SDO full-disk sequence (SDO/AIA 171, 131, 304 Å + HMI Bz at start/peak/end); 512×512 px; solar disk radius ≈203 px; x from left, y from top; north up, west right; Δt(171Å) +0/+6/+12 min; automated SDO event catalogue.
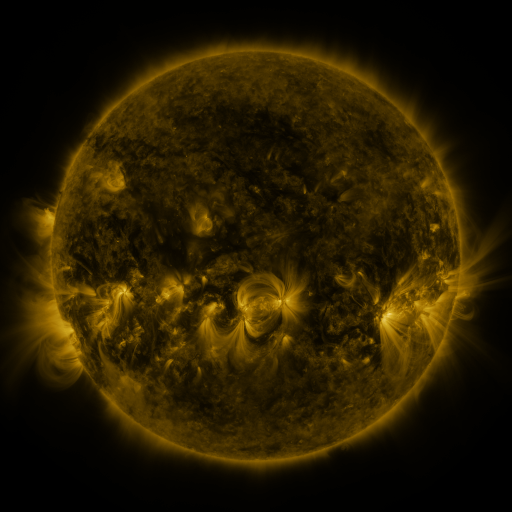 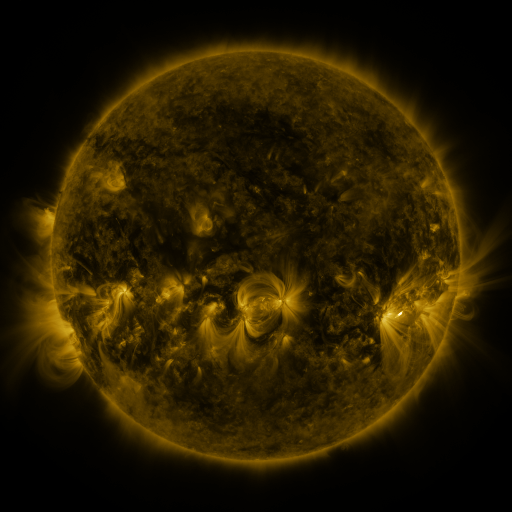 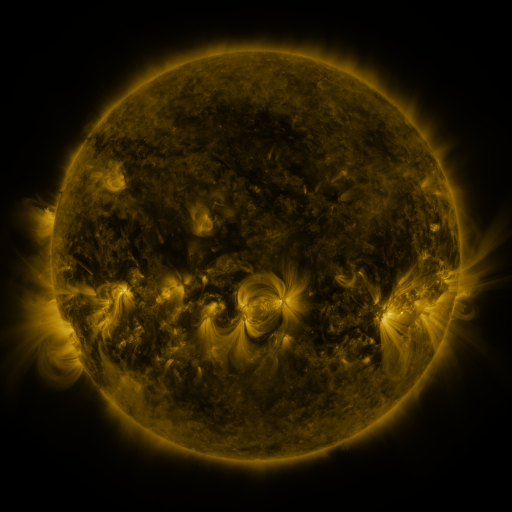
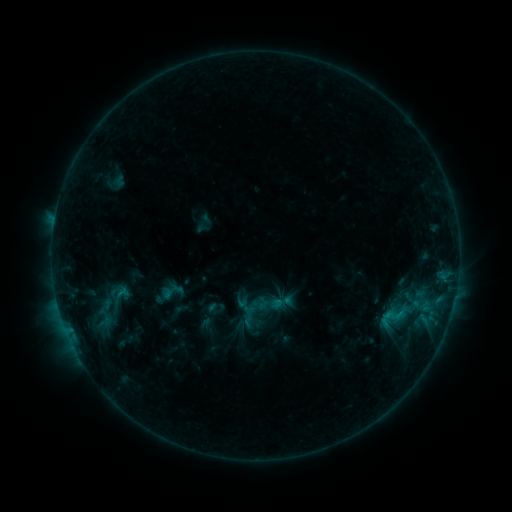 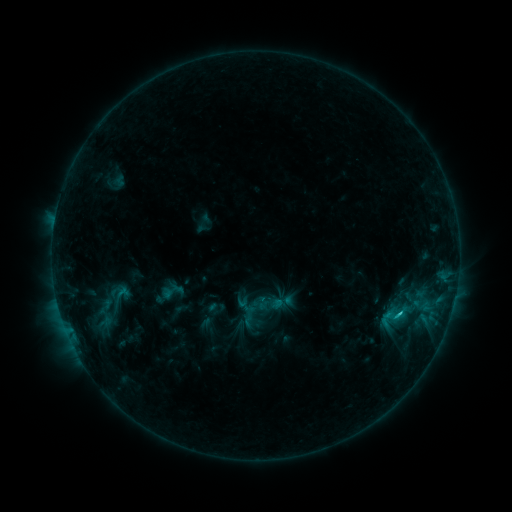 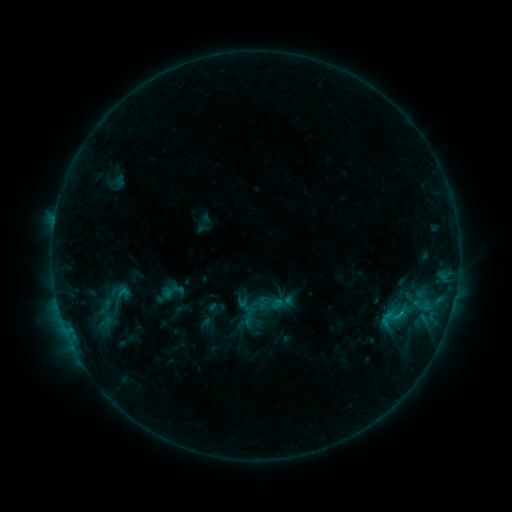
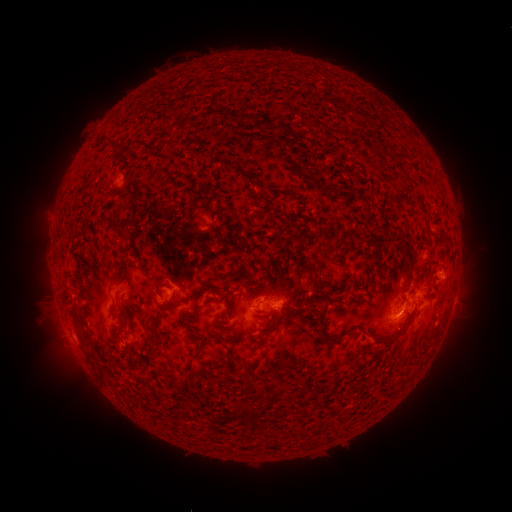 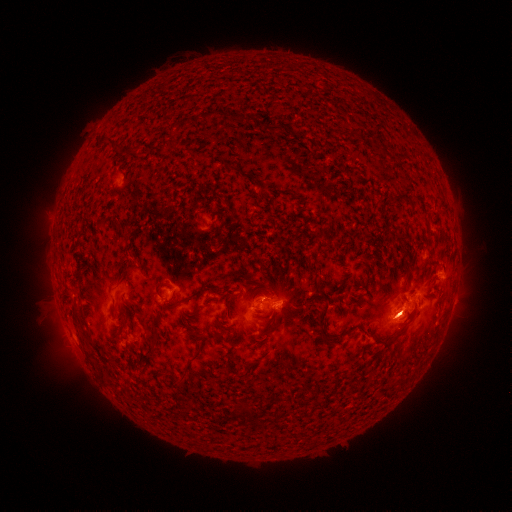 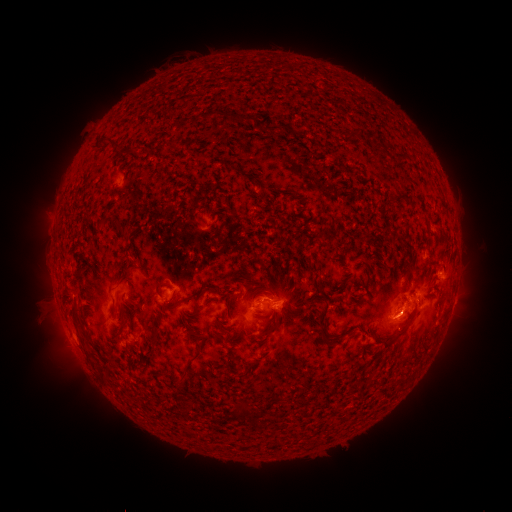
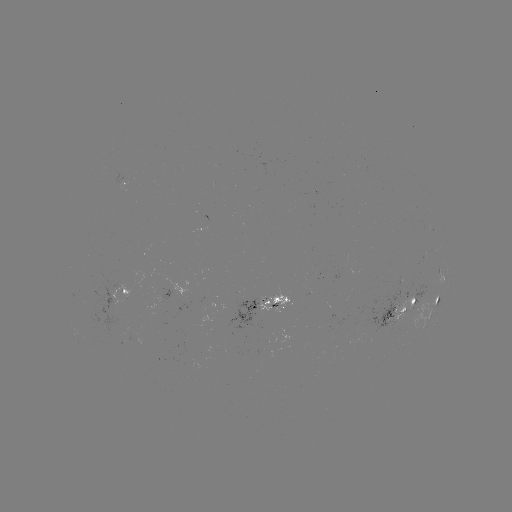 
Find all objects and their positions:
B9.4 flare: (400, 312)
